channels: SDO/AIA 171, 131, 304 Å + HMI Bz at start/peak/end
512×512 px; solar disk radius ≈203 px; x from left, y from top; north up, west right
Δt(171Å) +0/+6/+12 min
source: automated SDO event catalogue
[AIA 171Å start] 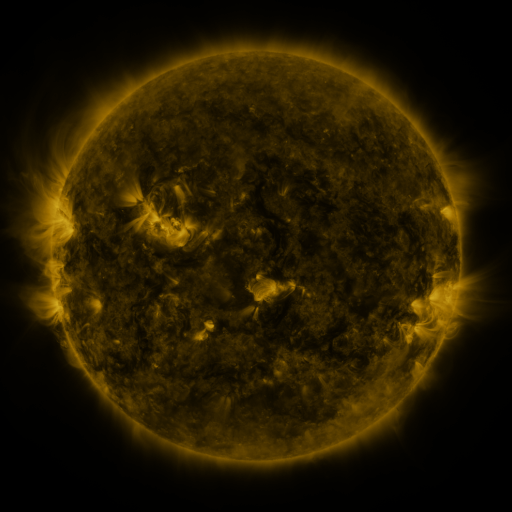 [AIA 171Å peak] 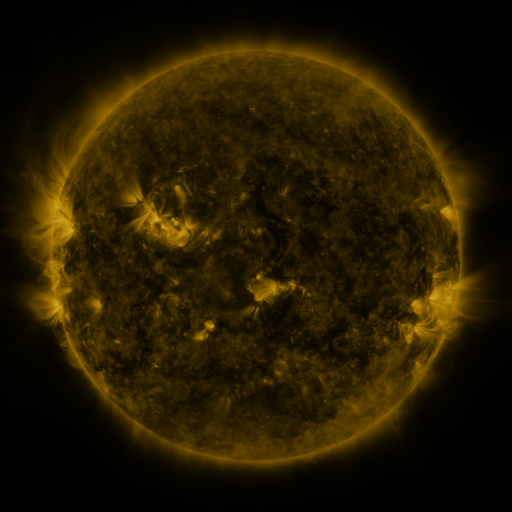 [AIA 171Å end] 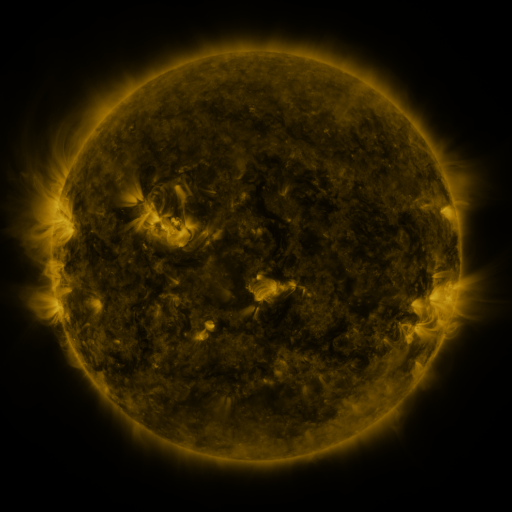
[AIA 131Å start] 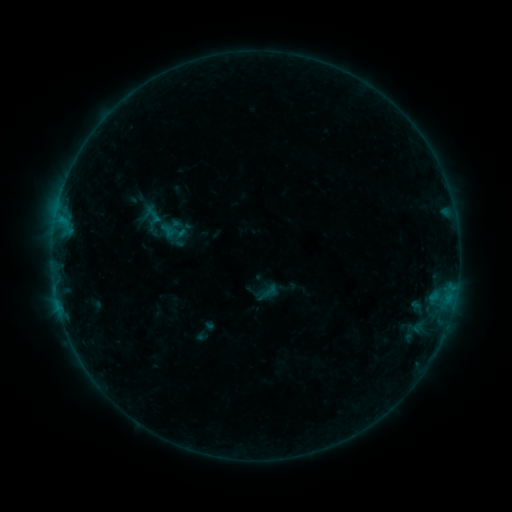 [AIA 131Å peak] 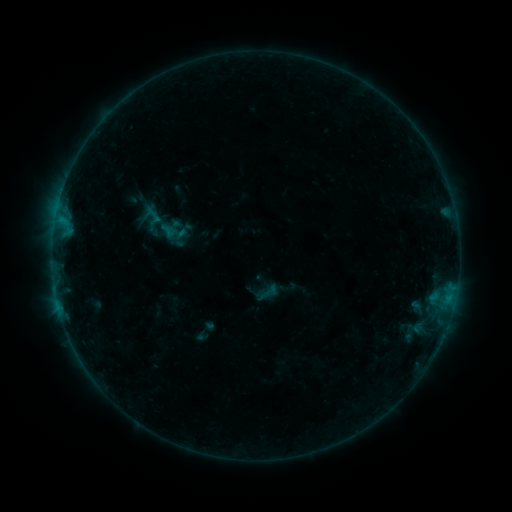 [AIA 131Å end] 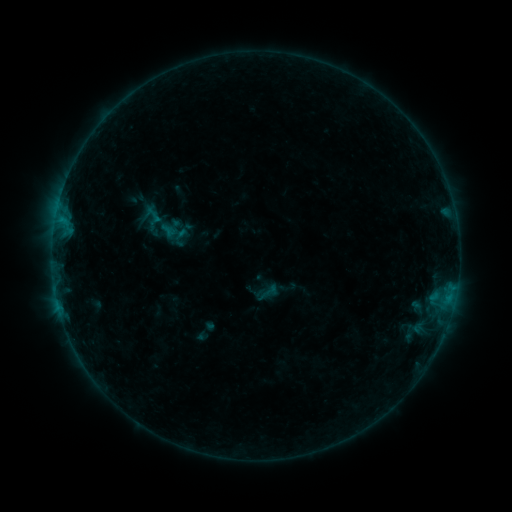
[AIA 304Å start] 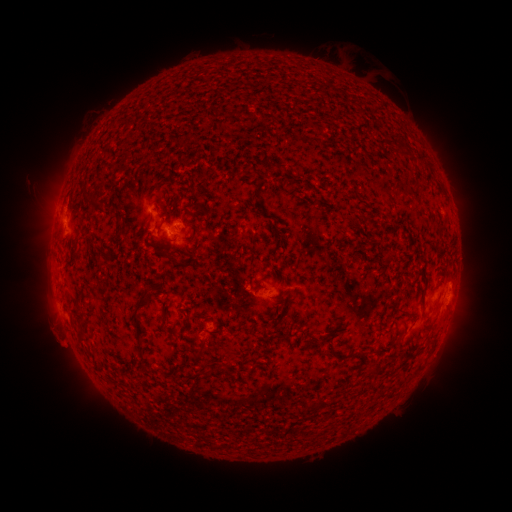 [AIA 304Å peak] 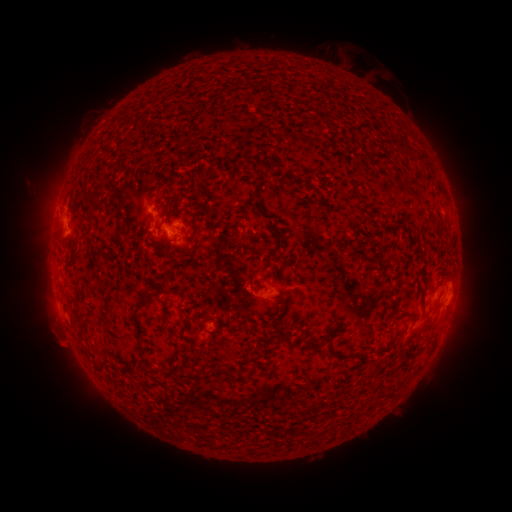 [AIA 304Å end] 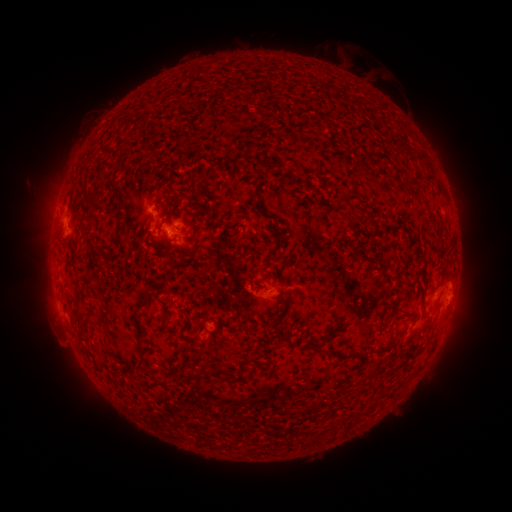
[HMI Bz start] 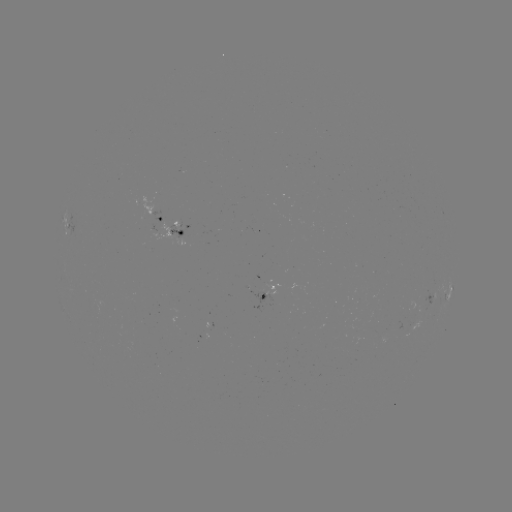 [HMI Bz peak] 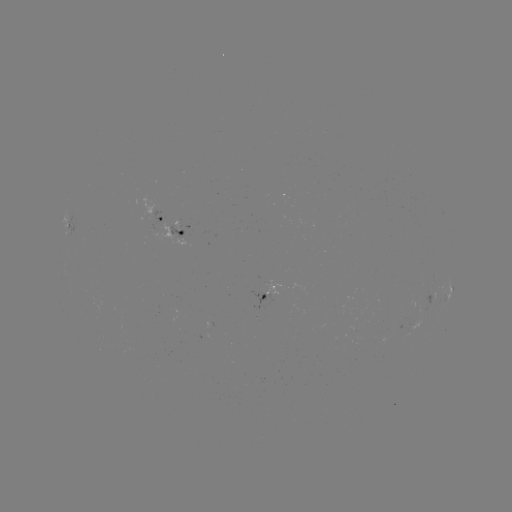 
no flare in any classed list; no EUV-trigger detection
